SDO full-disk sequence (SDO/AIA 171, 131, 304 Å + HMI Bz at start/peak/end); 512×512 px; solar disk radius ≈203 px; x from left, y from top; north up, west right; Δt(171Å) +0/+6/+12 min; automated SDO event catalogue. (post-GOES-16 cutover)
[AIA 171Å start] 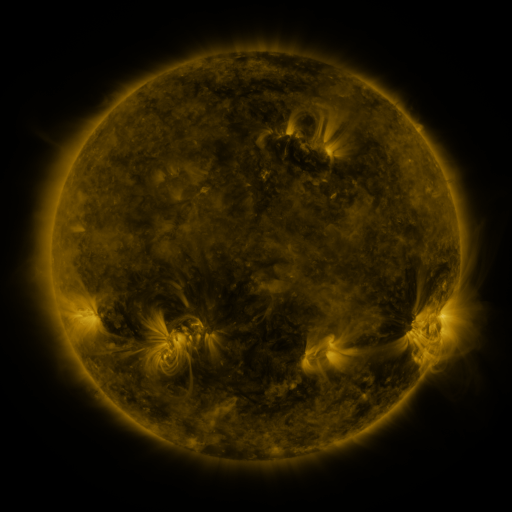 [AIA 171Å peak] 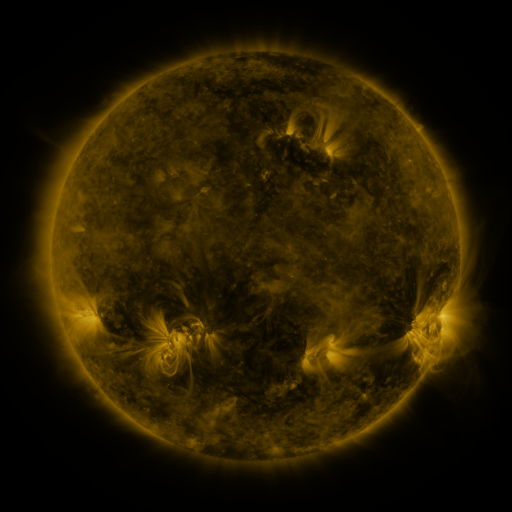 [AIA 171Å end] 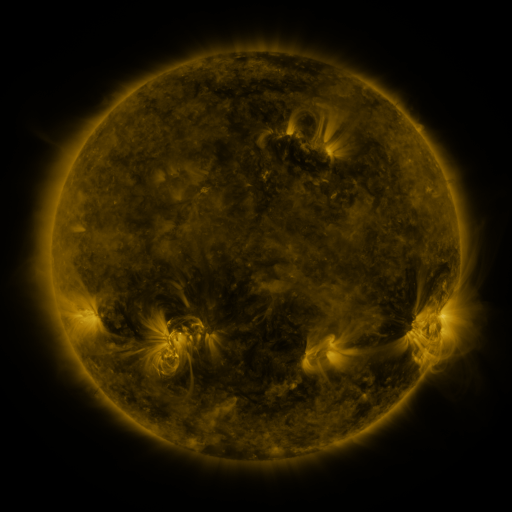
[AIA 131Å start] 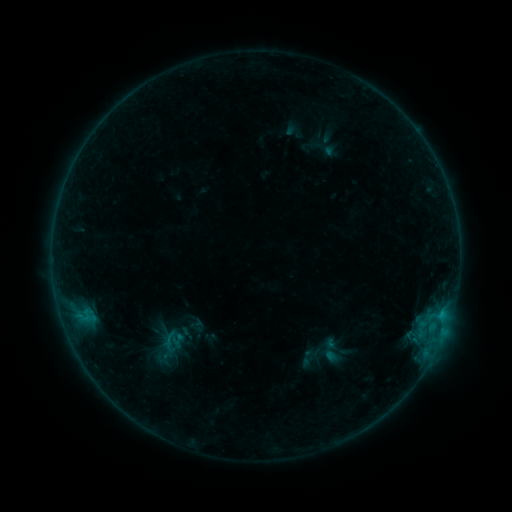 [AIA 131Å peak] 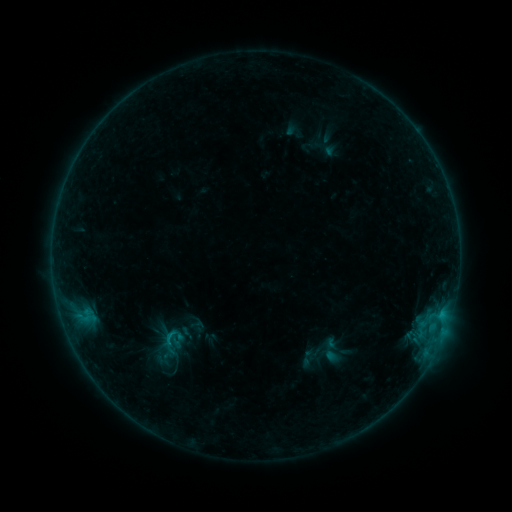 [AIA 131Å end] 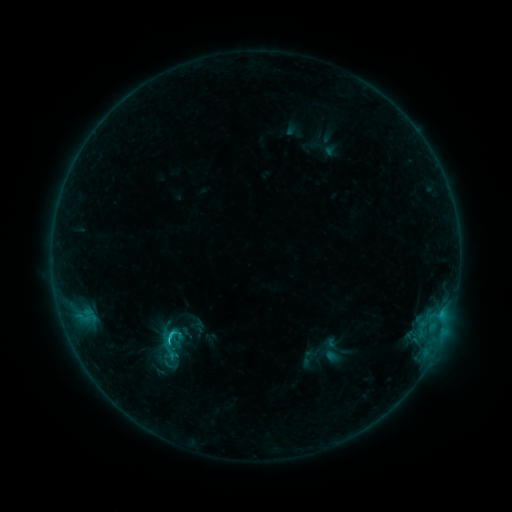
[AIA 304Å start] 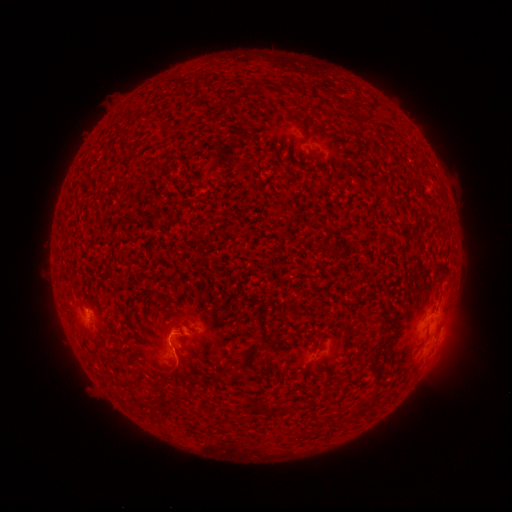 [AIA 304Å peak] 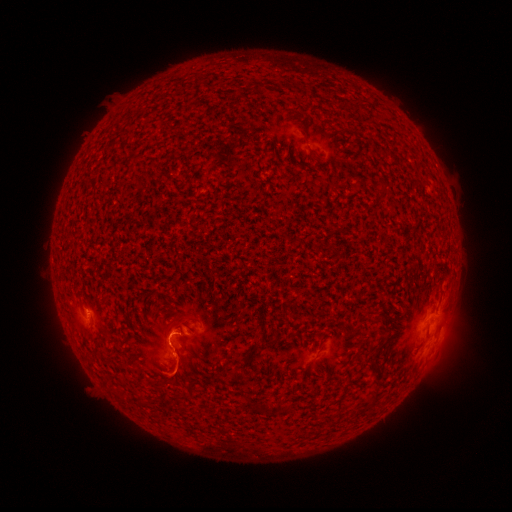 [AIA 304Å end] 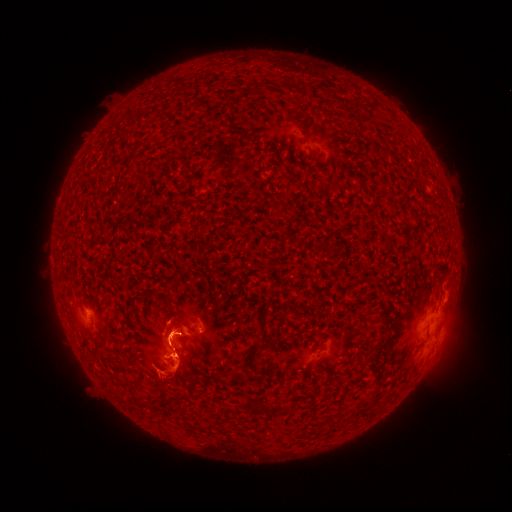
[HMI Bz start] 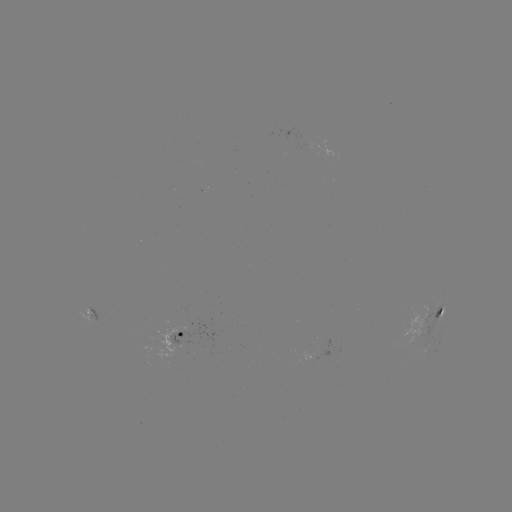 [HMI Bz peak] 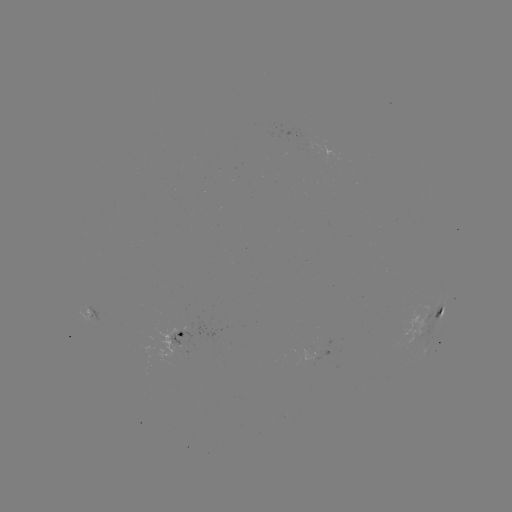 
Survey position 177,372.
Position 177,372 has eruption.